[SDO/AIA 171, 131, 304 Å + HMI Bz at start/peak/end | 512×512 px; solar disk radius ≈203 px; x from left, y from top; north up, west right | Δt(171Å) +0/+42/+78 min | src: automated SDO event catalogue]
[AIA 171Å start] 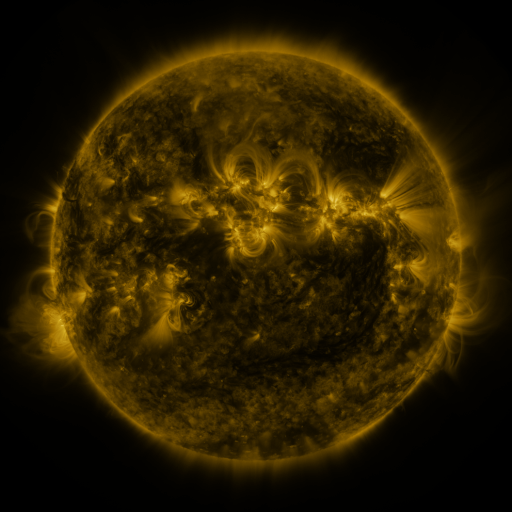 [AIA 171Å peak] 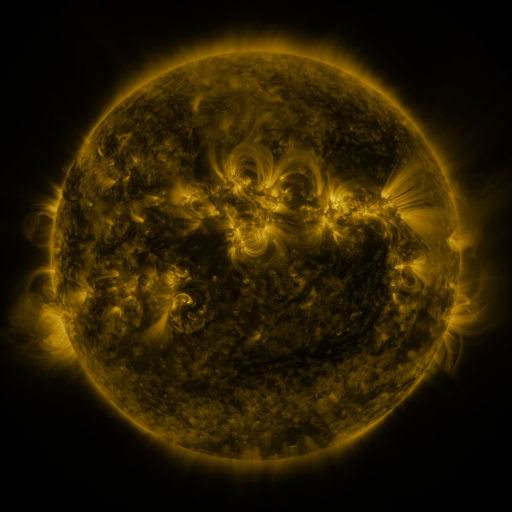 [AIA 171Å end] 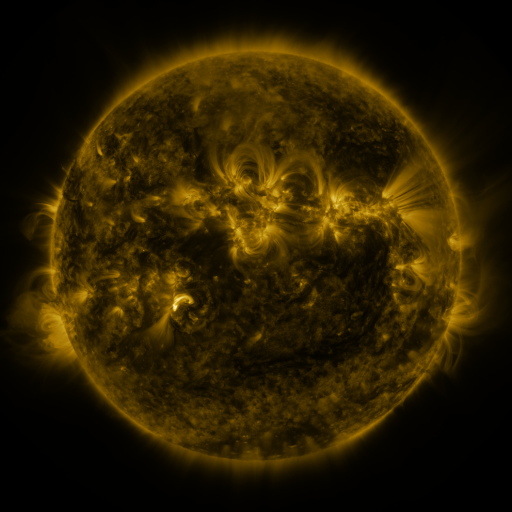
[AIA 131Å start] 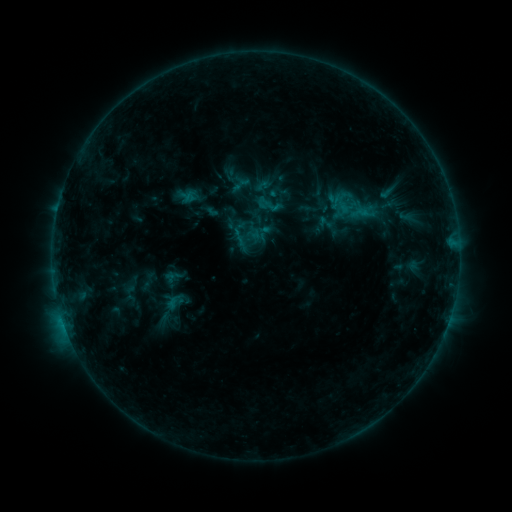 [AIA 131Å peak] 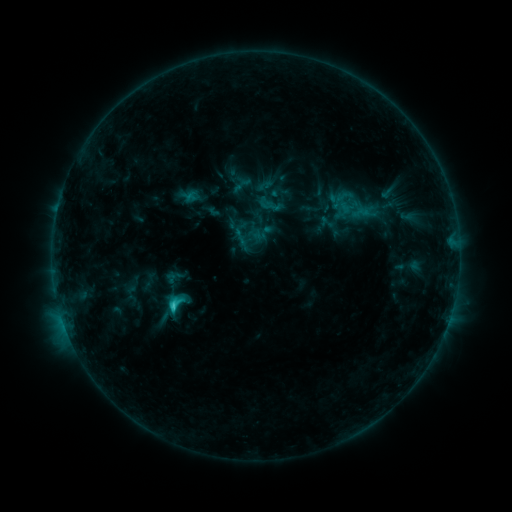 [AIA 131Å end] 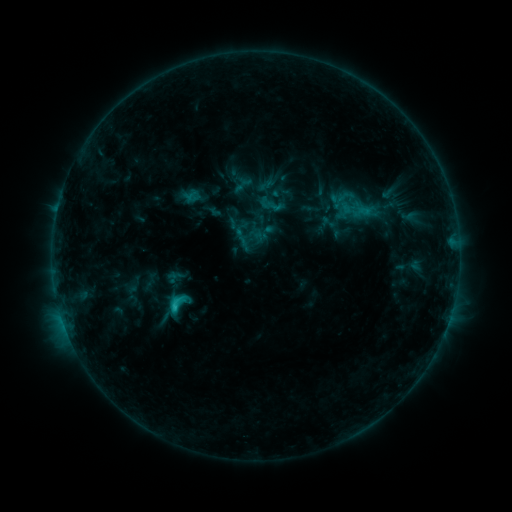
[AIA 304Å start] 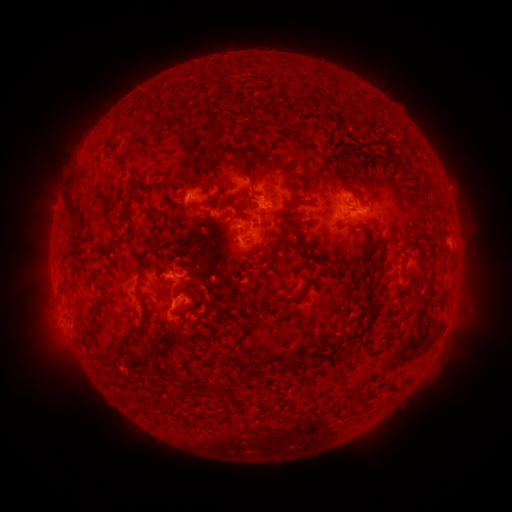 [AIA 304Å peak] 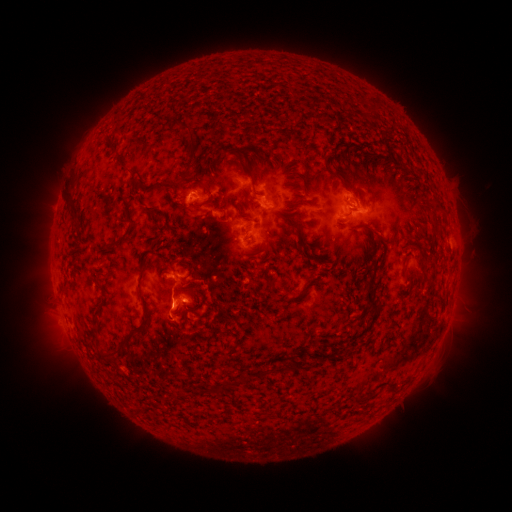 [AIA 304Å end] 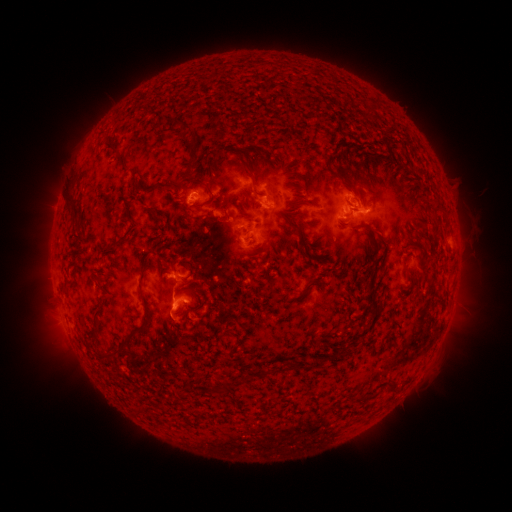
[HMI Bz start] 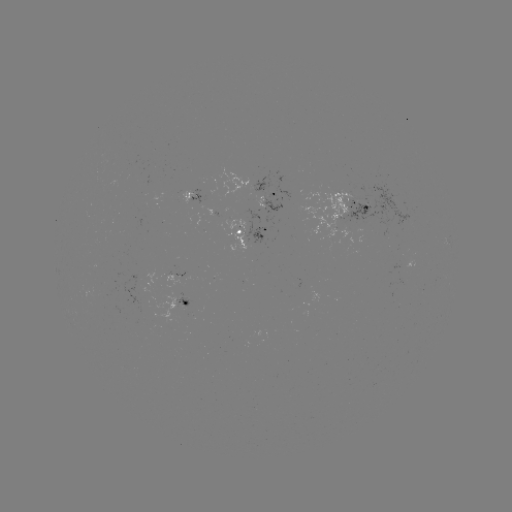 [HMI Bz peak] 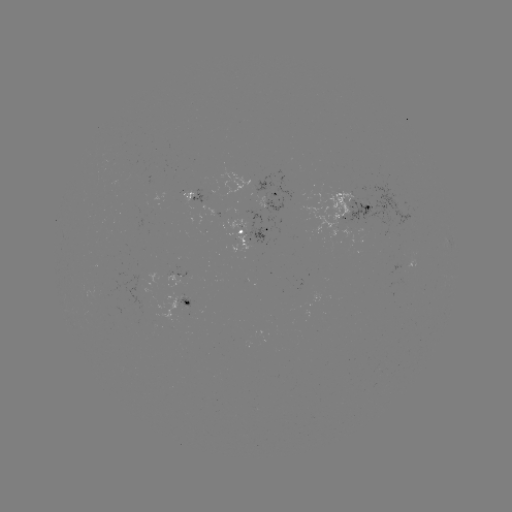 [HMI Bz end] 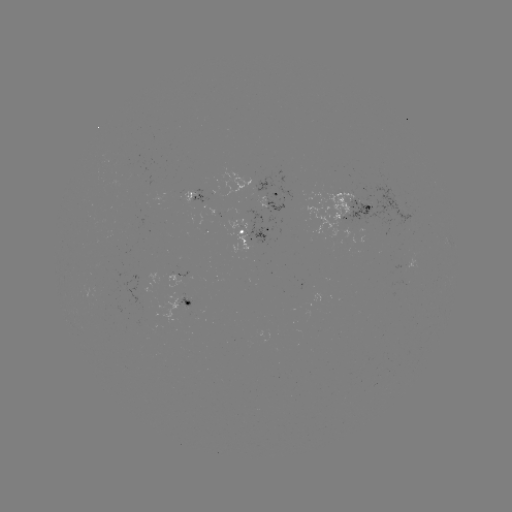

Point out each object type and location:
C1.8 flare: (175, 306)
